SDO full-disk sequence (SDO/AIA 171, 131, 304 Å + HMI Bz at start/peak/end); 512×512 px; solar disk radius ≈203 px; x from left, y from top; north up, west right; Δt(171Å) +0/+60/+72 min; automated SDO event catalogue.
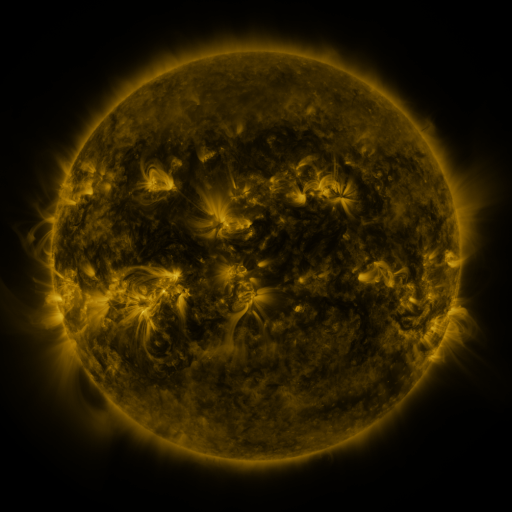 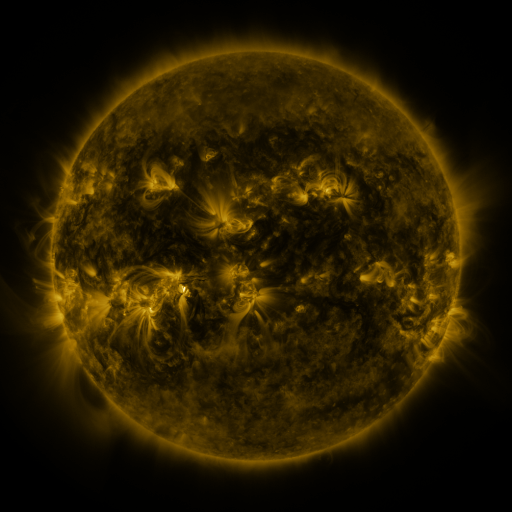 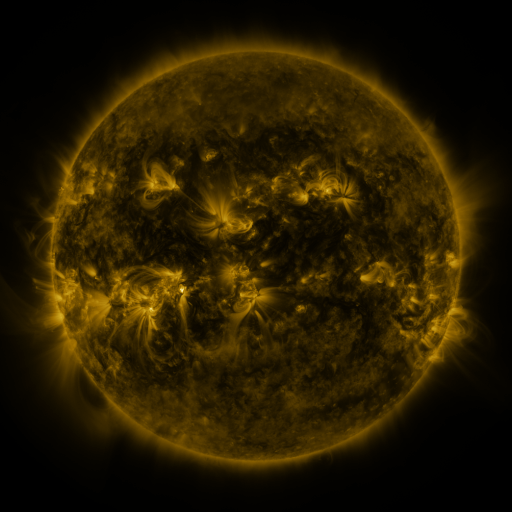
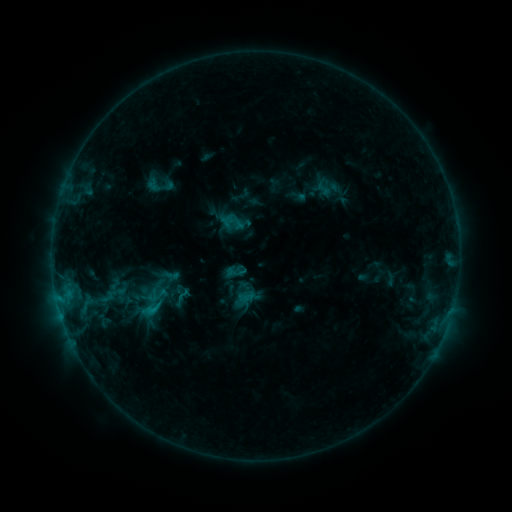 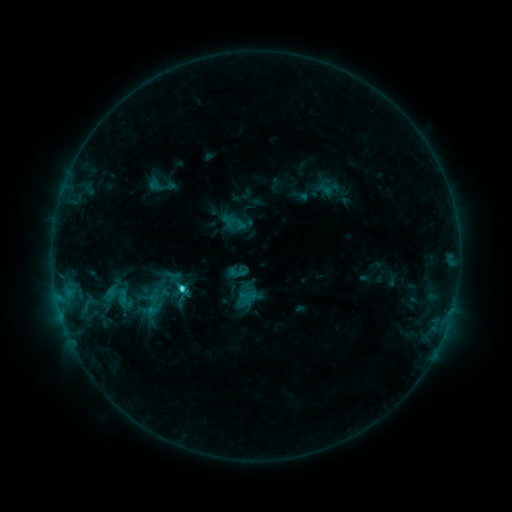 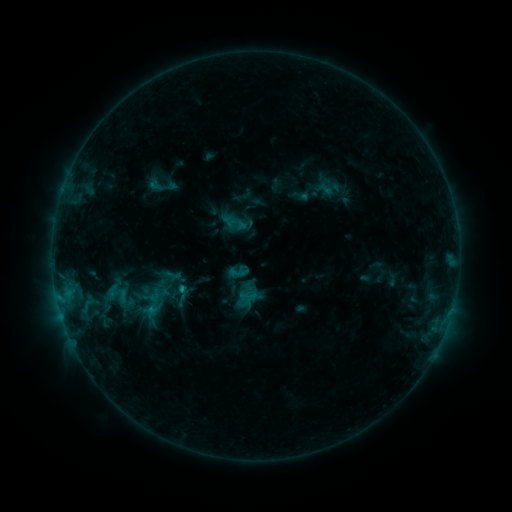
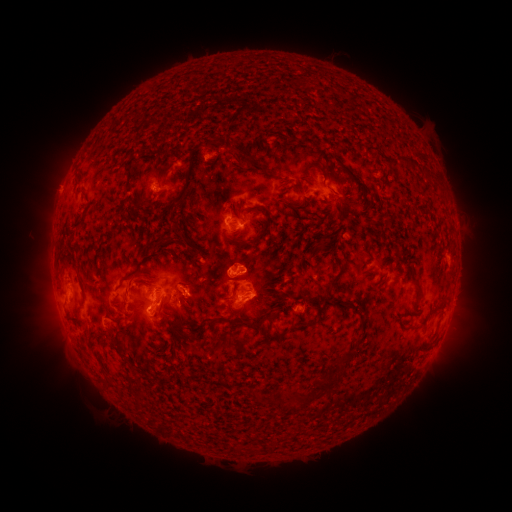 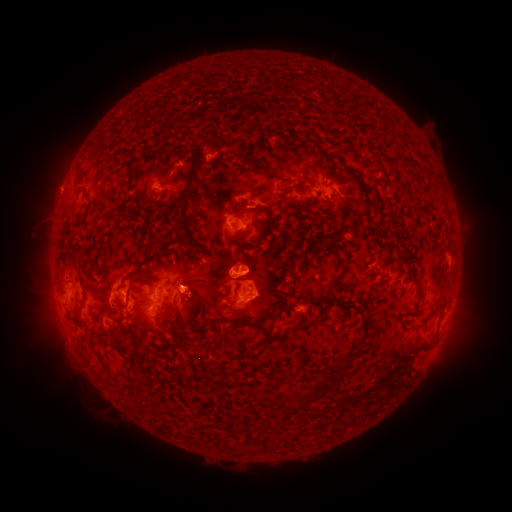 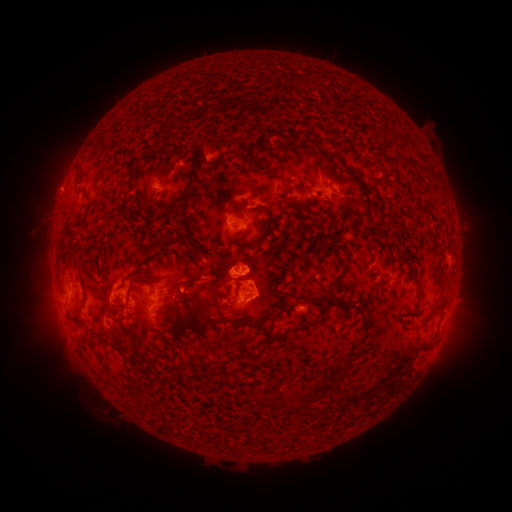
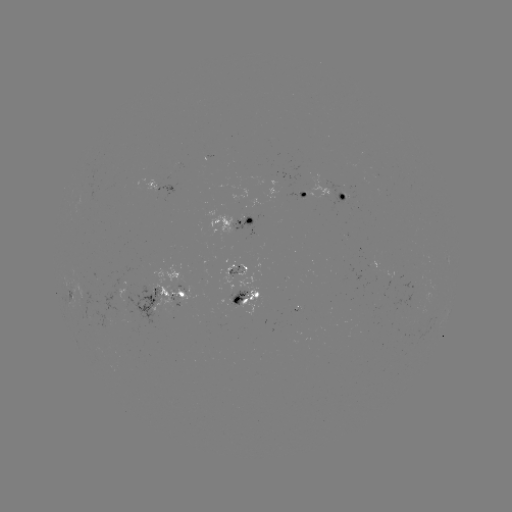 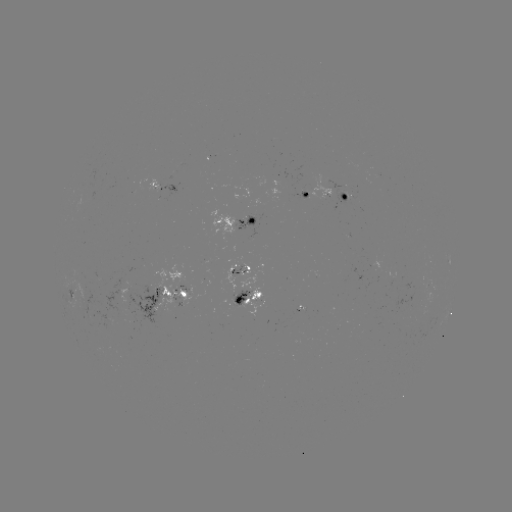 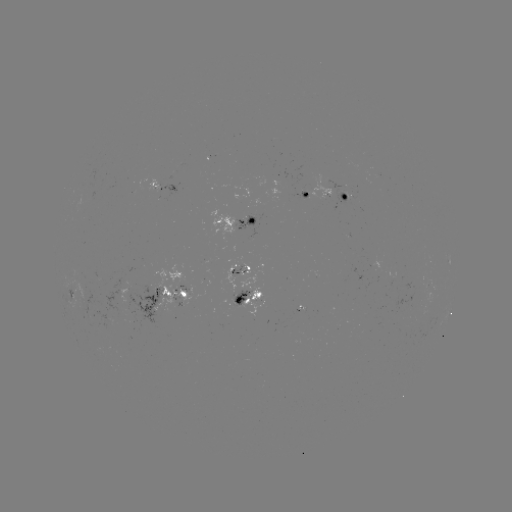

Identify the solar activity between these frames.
emerging-flux region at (173, 292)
